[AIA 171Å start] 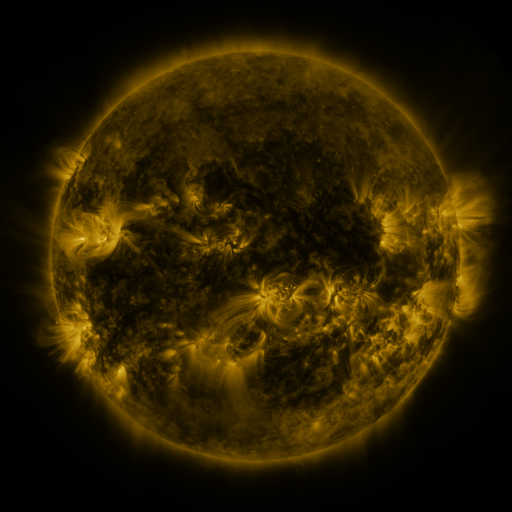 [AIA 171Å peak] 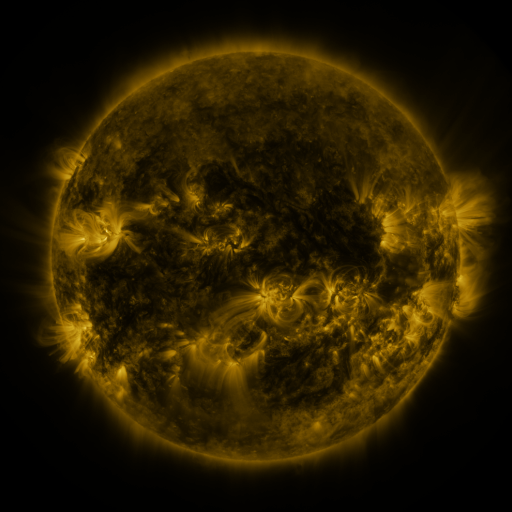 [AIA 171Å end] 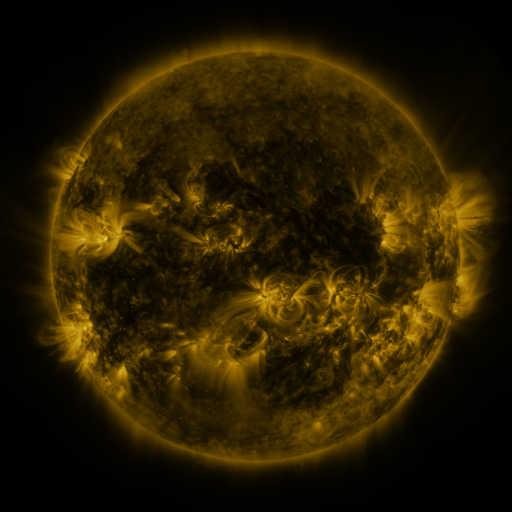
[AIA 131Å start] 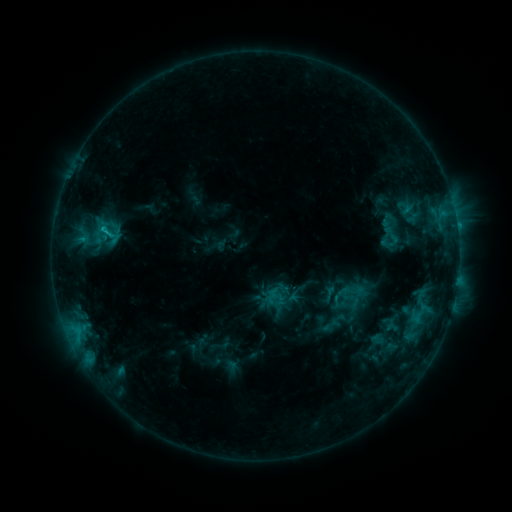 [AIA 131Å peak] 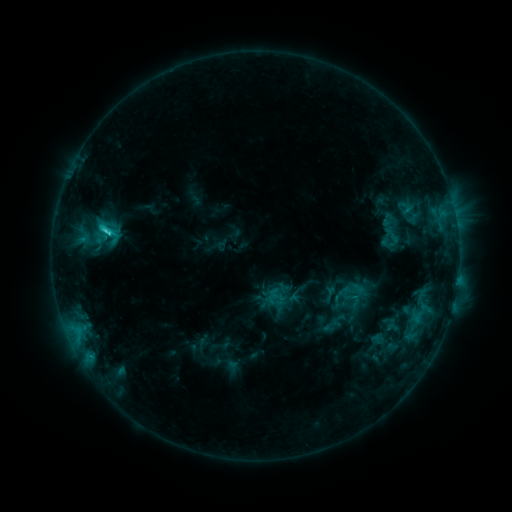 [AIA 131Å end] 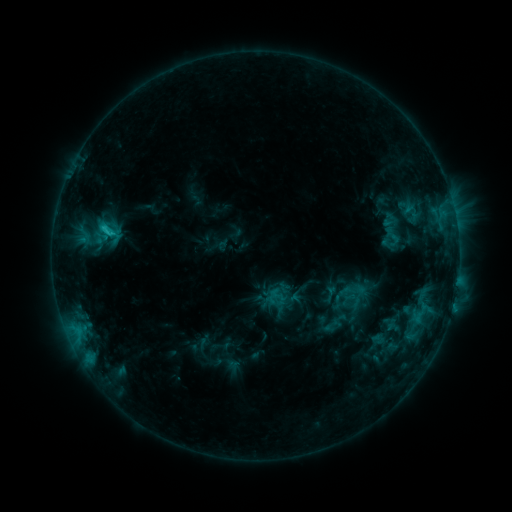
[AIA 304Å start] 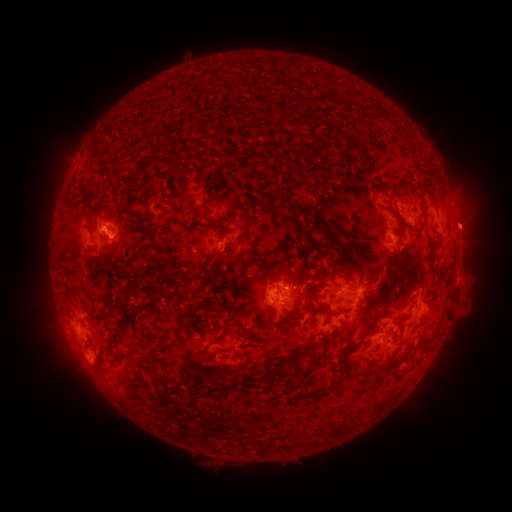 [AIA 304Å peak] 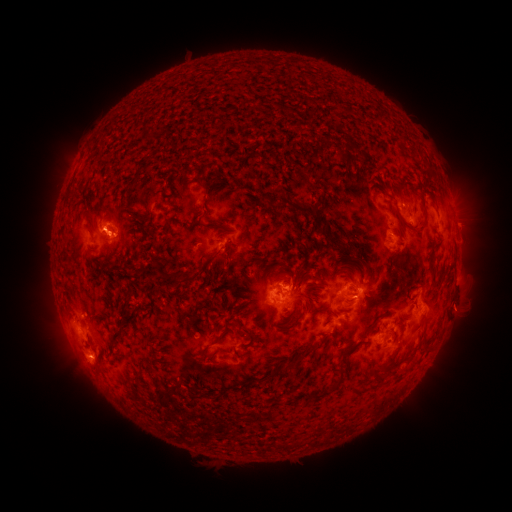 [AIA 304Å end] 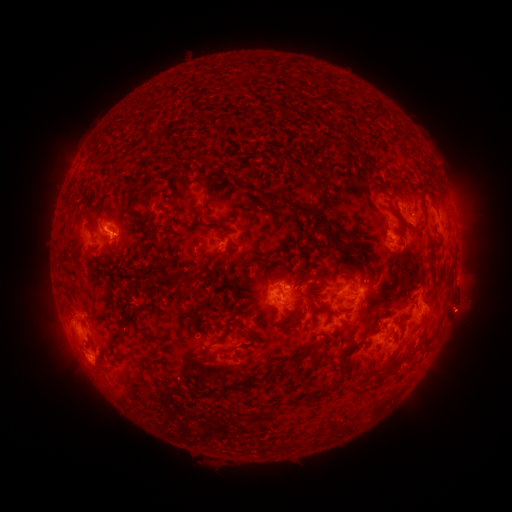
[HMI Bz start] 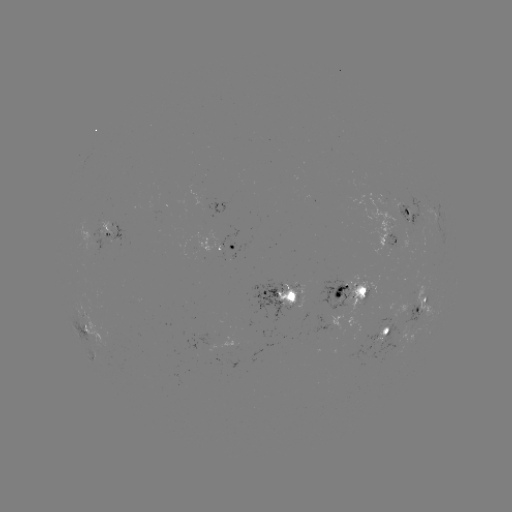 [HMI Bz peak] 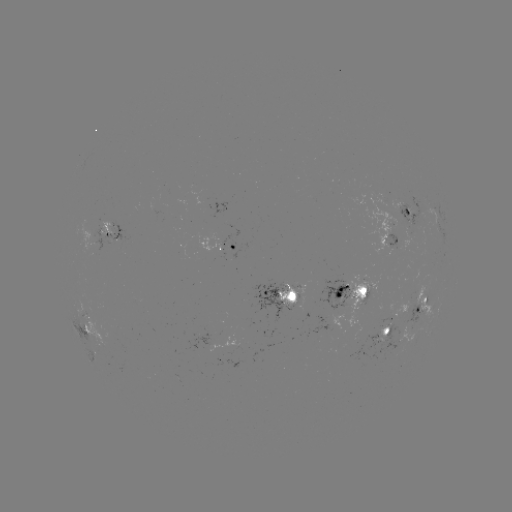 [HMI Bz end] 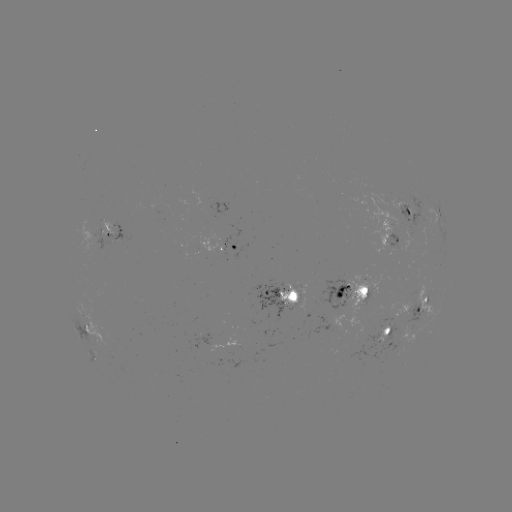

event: flare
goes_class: C2.7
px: (108, 233)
